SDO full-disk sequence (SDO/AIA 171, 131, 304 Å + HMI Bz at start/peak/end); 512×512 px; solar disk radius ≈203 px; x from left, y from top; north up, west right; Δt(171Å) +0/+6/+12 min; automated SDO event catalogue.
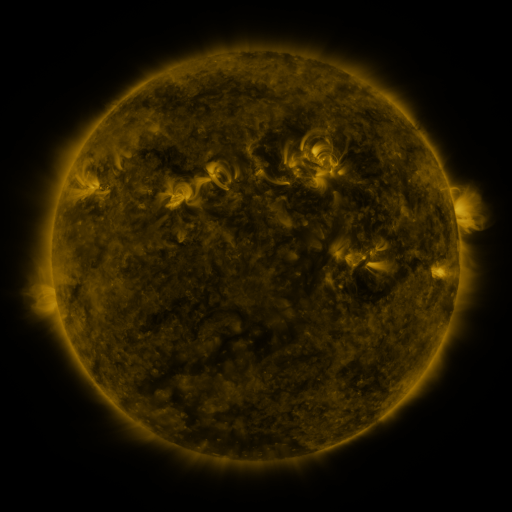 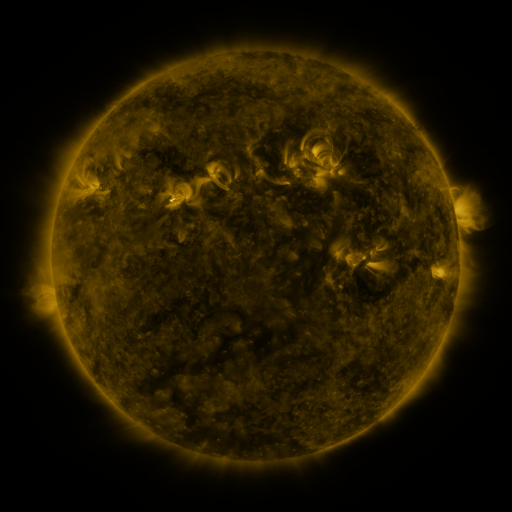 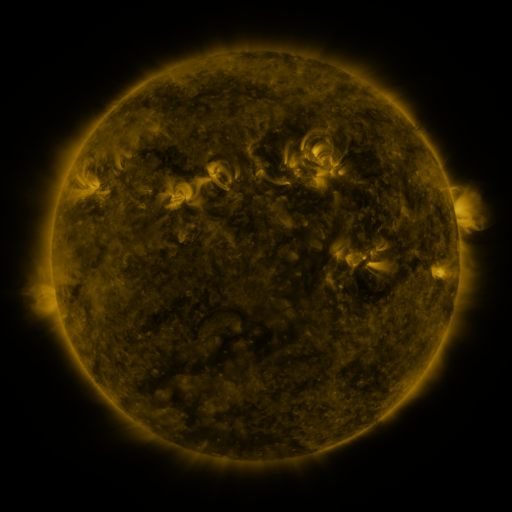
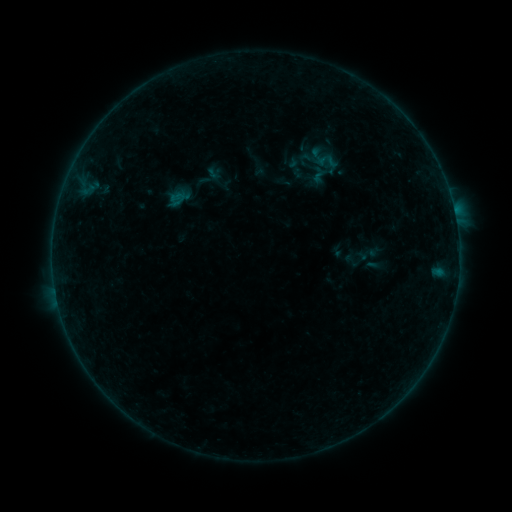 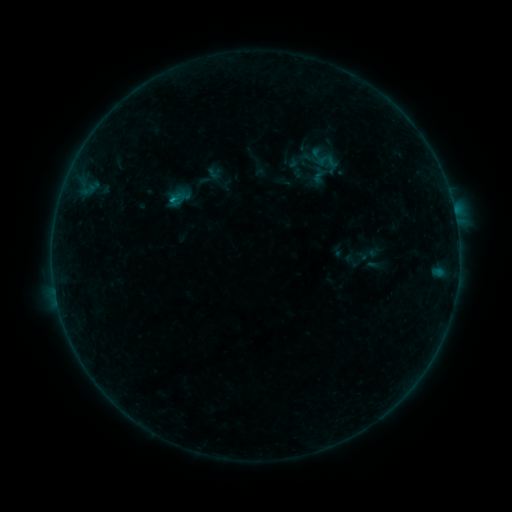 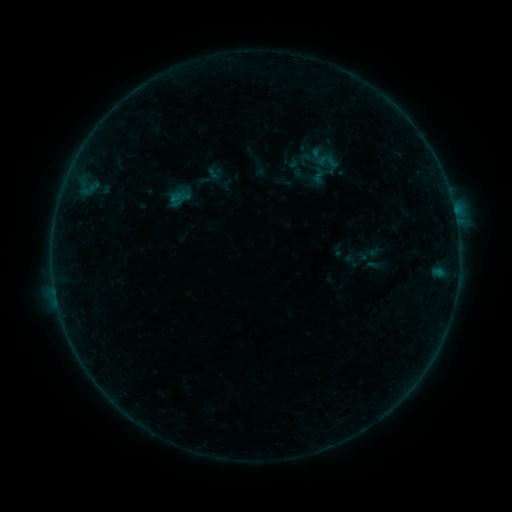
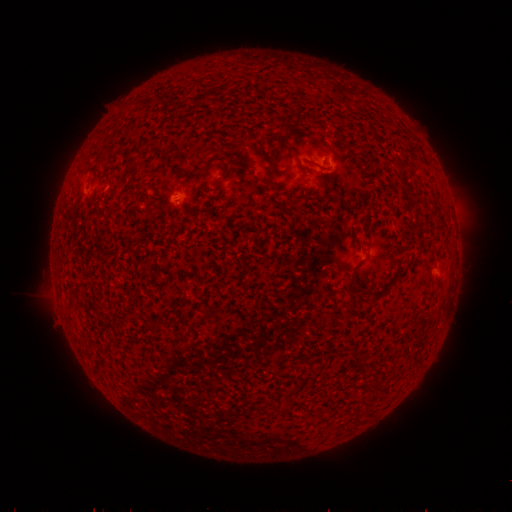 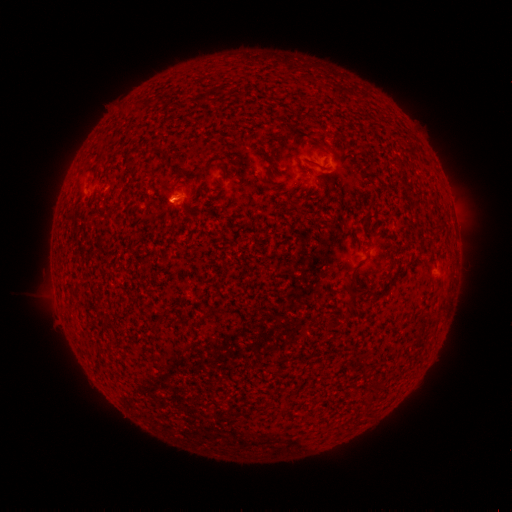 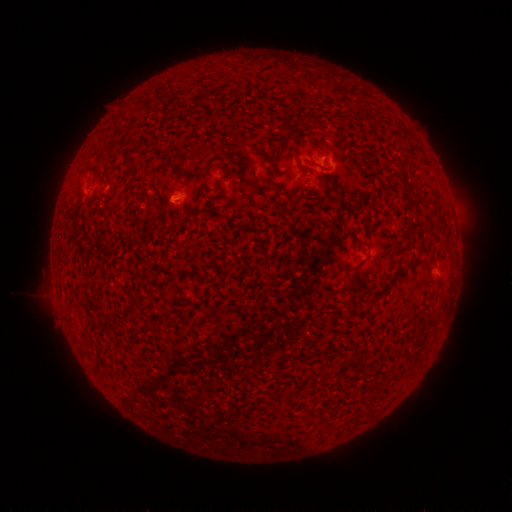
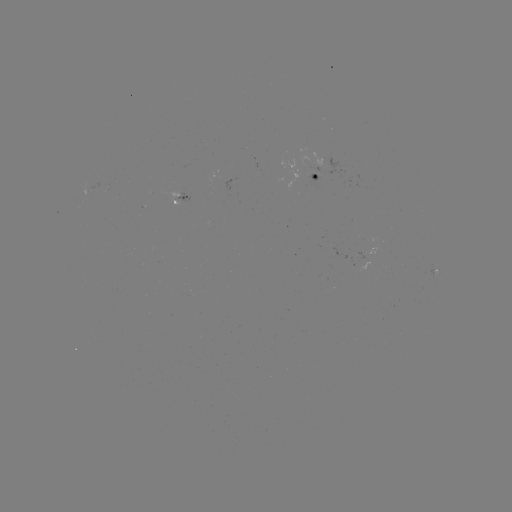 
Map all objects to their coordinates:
B1.5 flare: (174, 201)
